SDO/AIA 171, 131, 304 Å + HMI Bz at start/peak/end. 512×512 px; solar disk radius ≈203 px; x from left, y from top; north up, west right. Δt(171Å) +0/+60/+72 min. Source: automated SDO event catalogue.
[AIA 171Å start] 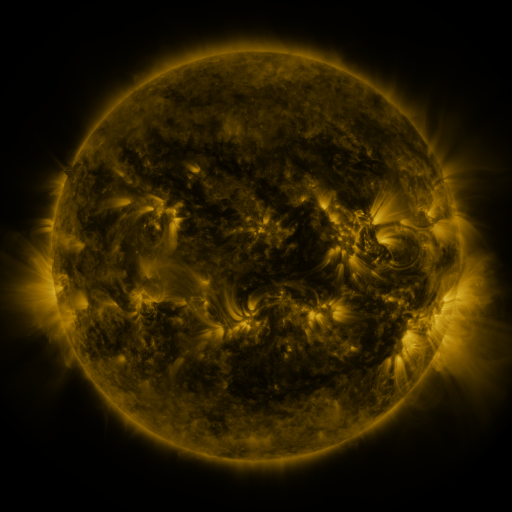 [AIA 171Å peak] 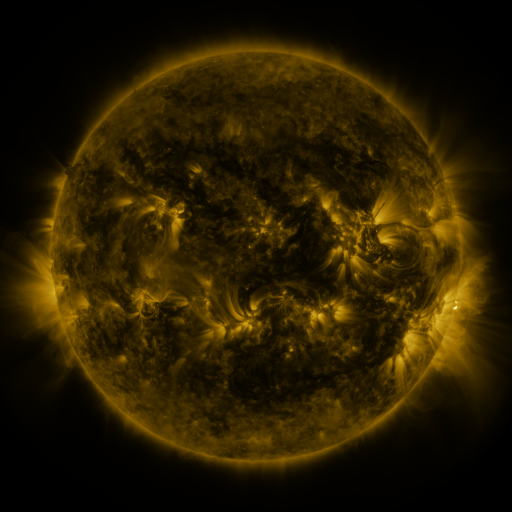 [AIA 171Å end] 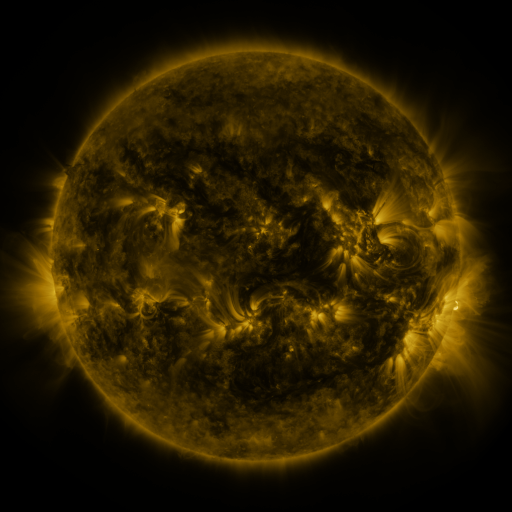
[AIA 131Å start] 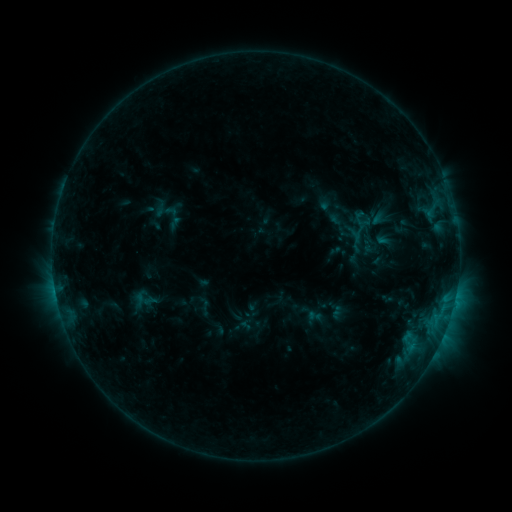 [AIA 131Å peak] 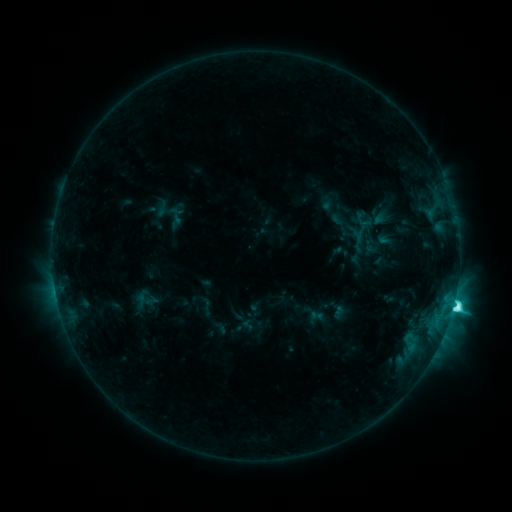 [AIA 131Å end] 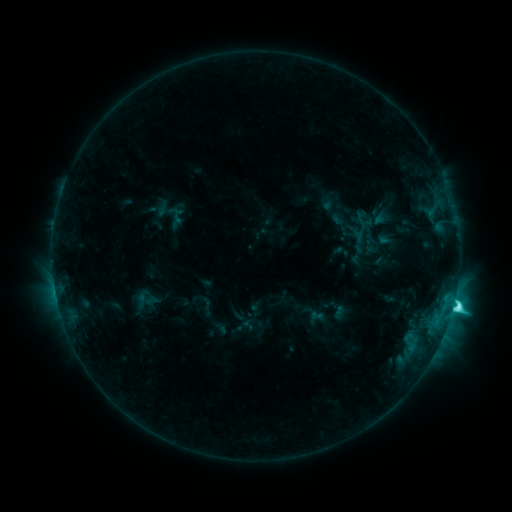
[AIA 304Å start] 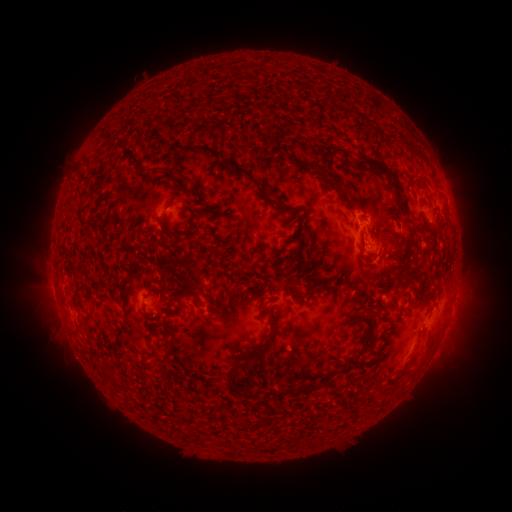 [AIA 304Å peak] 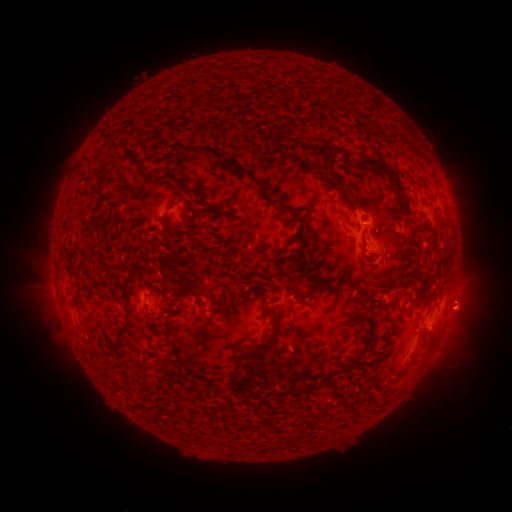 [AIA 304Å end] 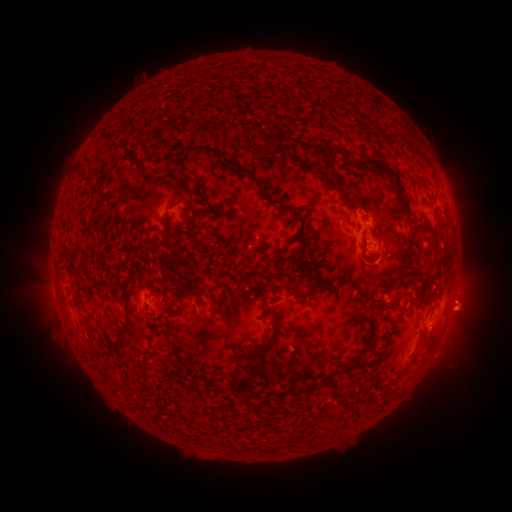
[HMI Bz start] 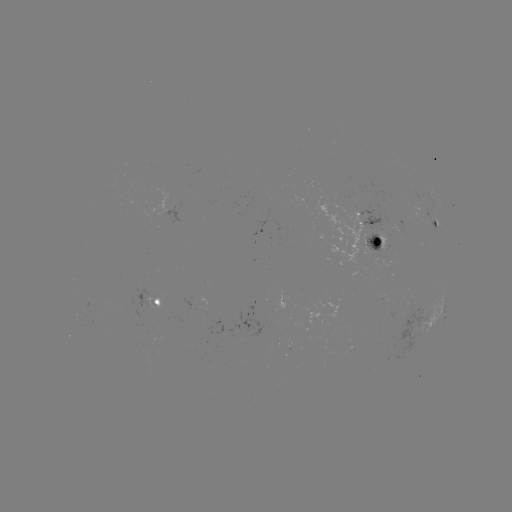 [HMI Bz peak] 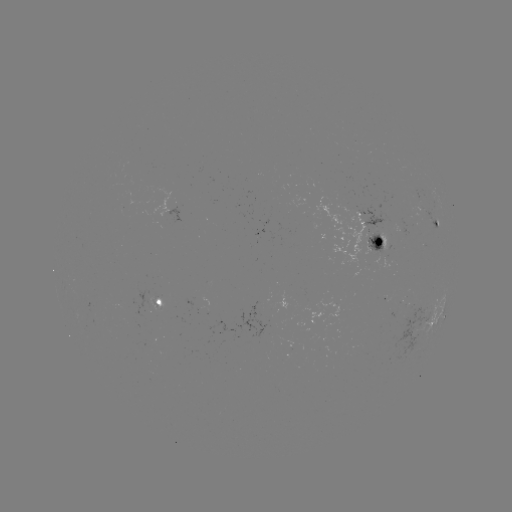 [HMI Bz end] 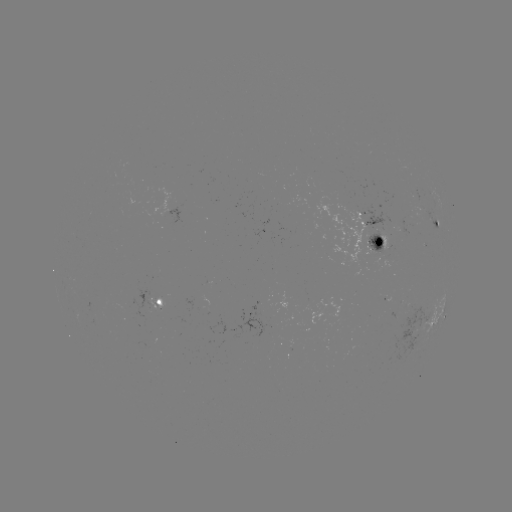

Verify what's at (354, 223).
emerging-flux region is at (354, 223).